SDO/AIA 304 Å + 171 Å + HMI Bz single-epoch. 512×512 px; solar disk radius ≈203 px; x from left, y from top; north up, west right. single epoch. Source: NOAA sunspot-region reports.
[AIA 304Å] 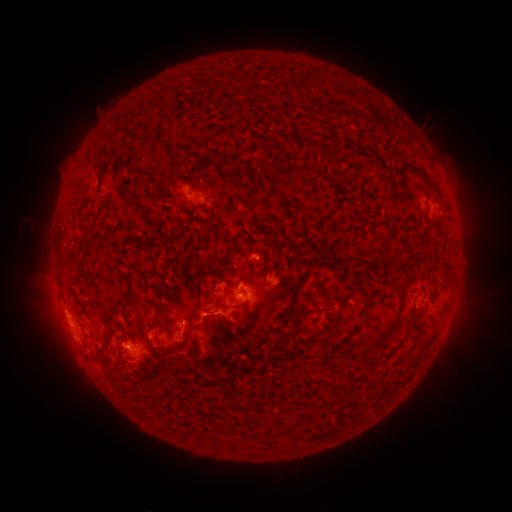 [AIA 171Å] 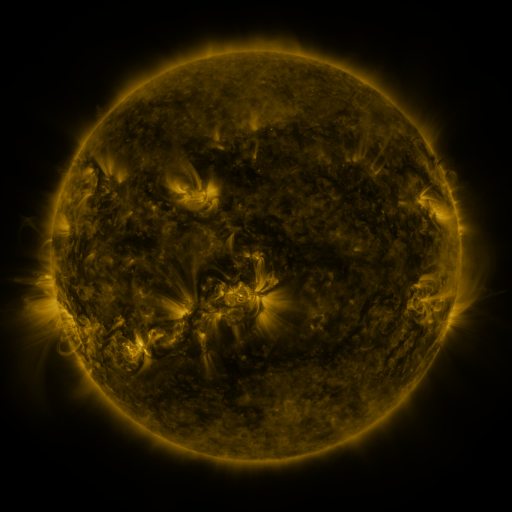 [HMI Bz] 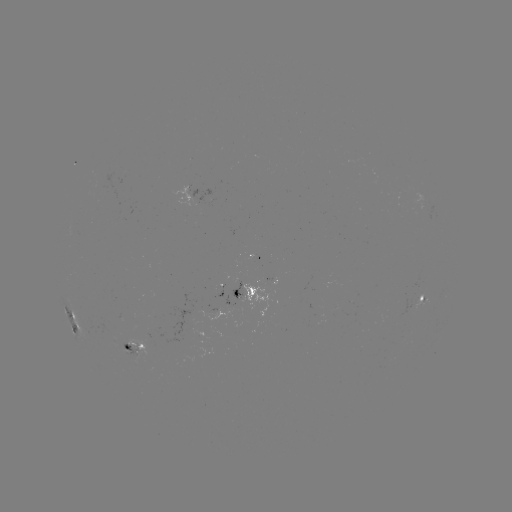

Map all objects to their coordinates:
spotted active region: (186, 196)
spotted active region: (241, 295)
spotted active region: (424, 300)
spotted active region: (75, 320)
spotted active region: (130, 345)
